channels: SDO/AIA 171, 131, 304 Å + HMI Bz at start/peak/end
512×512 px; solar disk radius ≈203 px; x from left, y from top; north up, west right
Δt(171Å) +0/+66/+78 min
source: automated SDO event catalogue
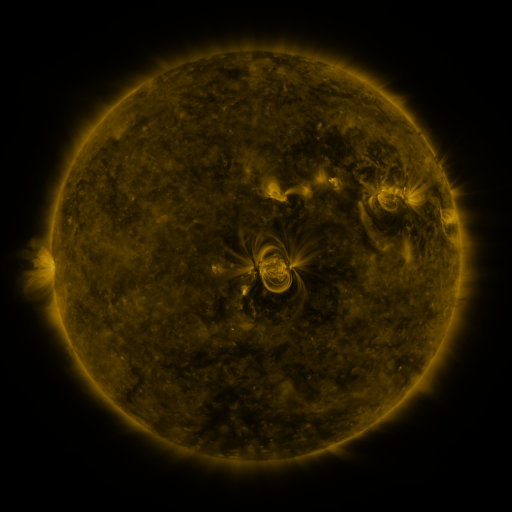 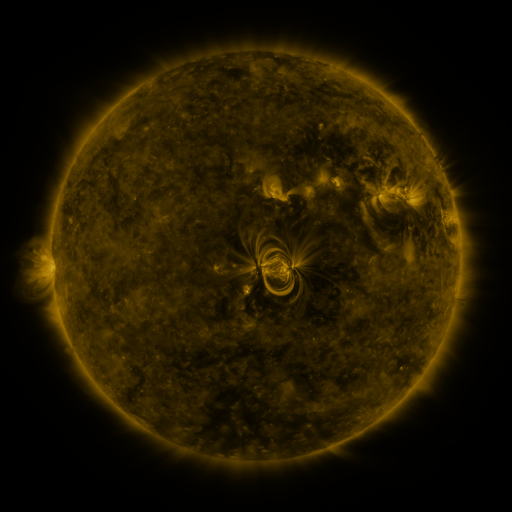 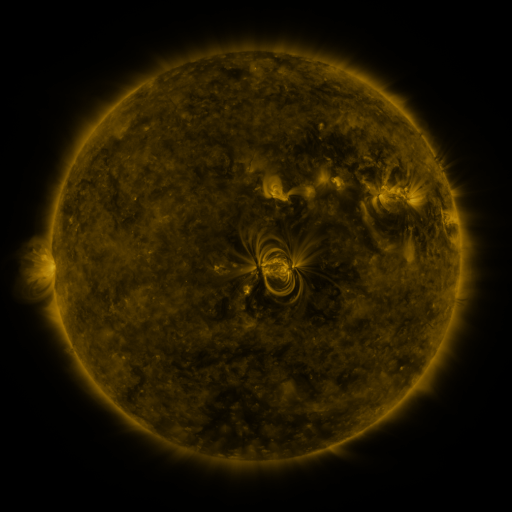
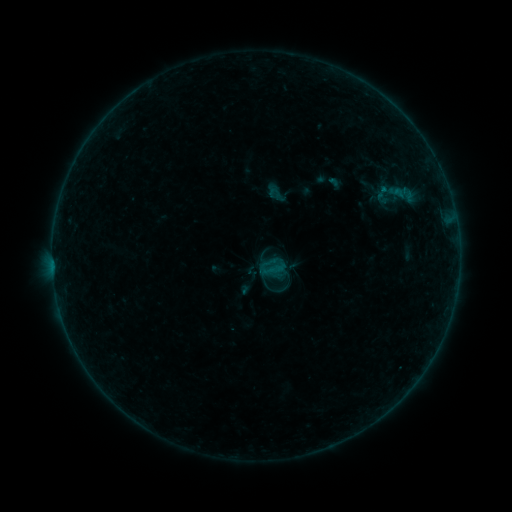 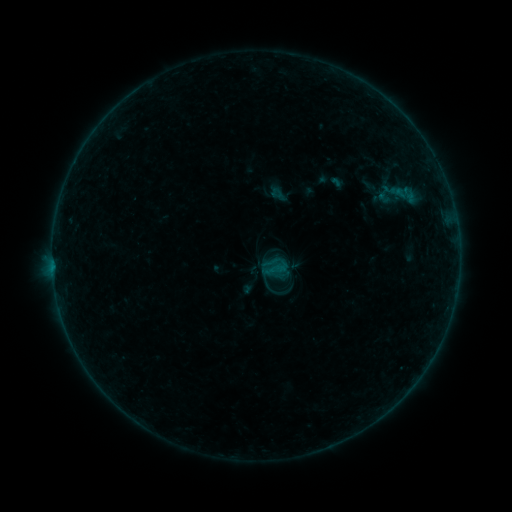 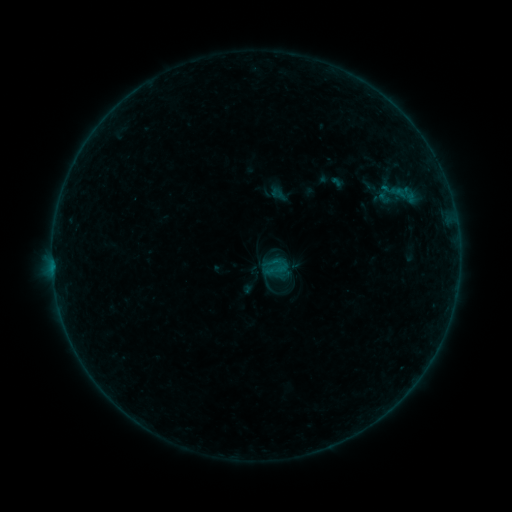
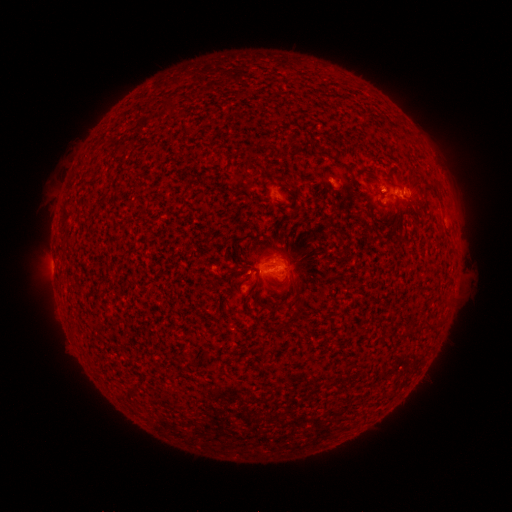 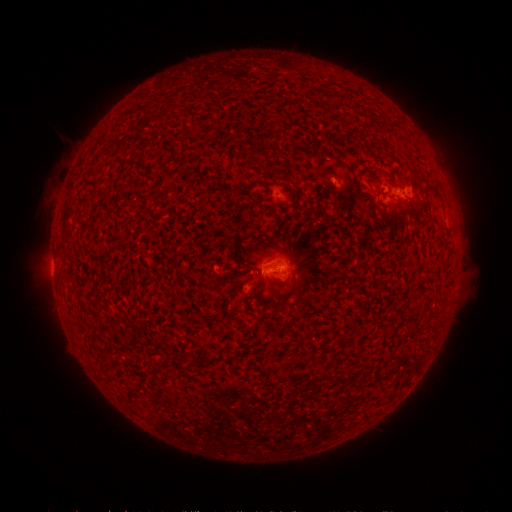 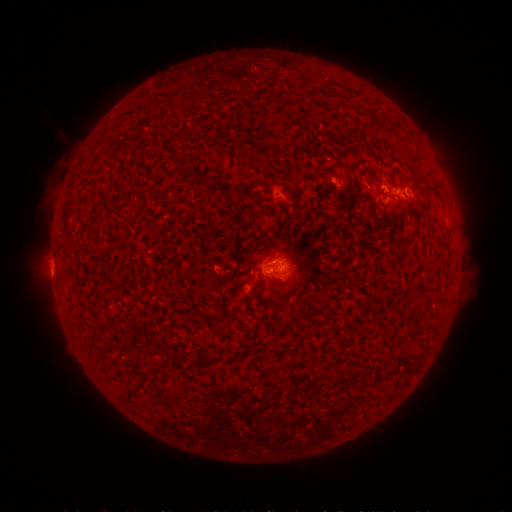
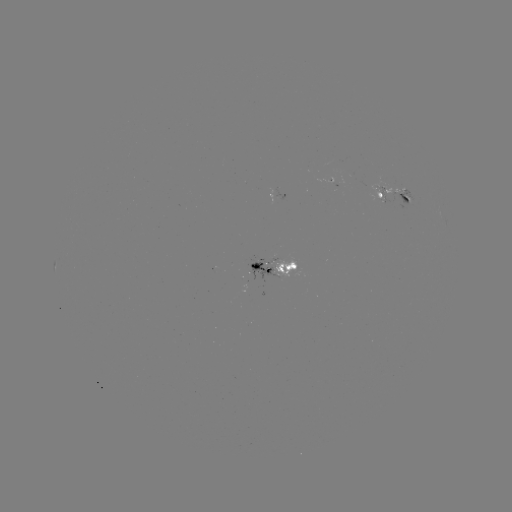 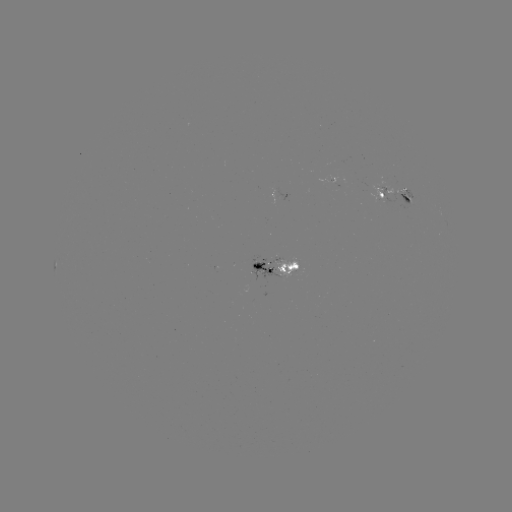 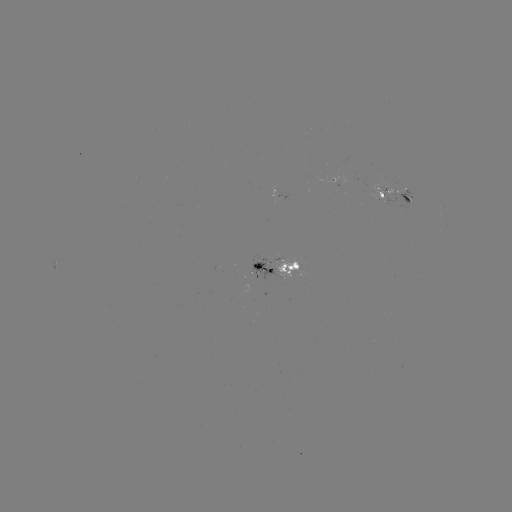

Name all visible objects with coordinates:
emerging-flux region: (402, 193)
